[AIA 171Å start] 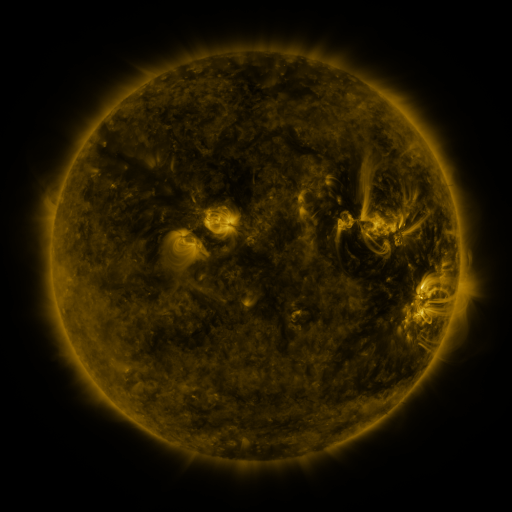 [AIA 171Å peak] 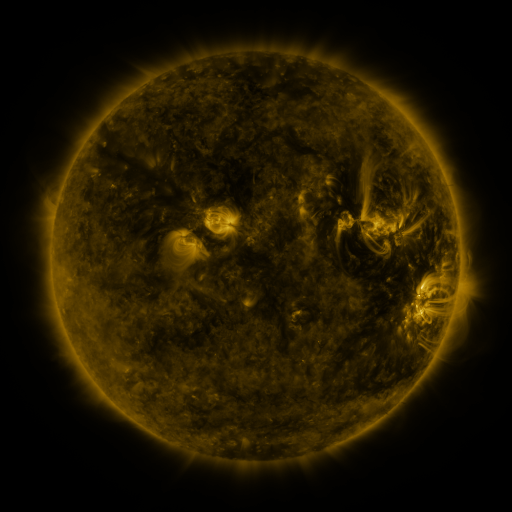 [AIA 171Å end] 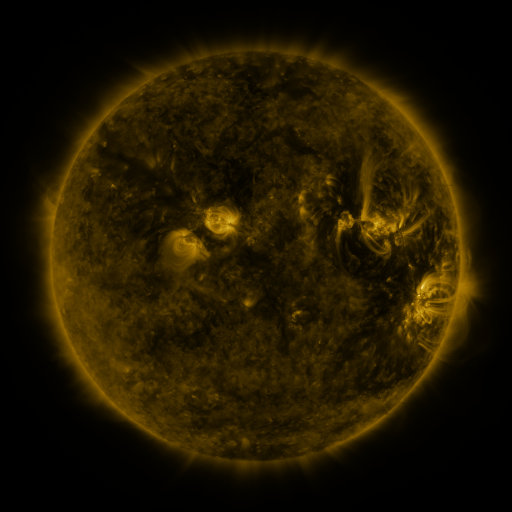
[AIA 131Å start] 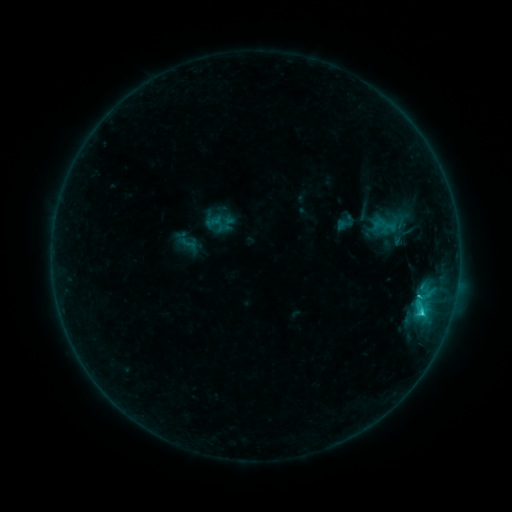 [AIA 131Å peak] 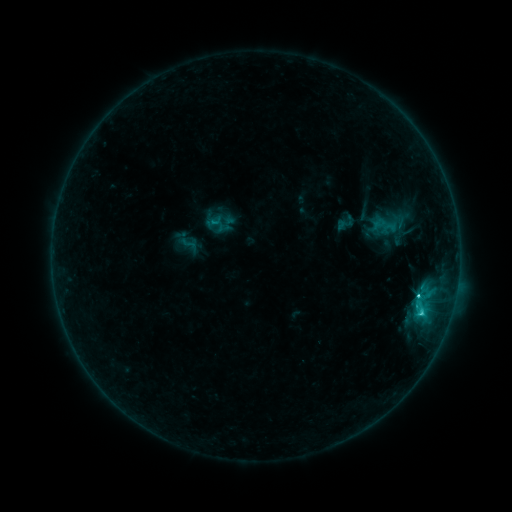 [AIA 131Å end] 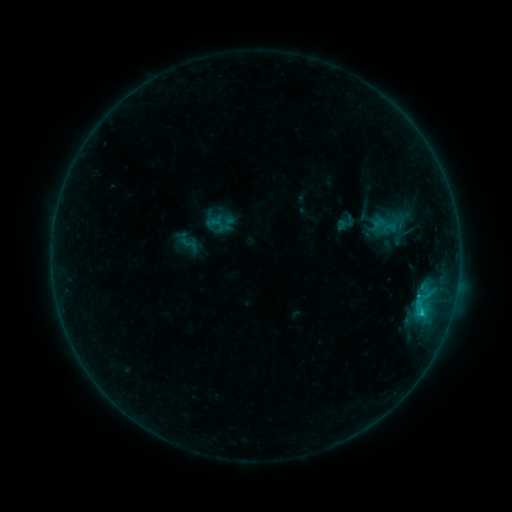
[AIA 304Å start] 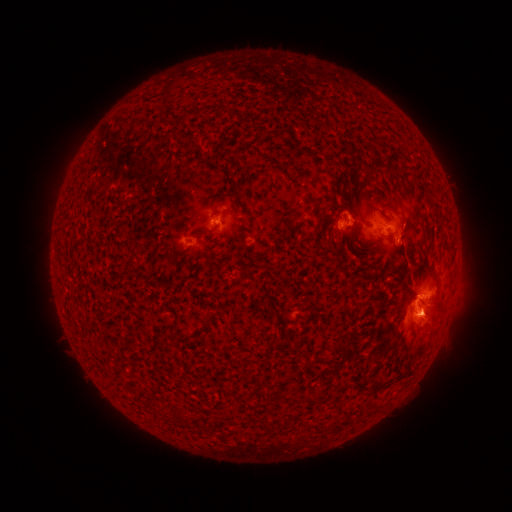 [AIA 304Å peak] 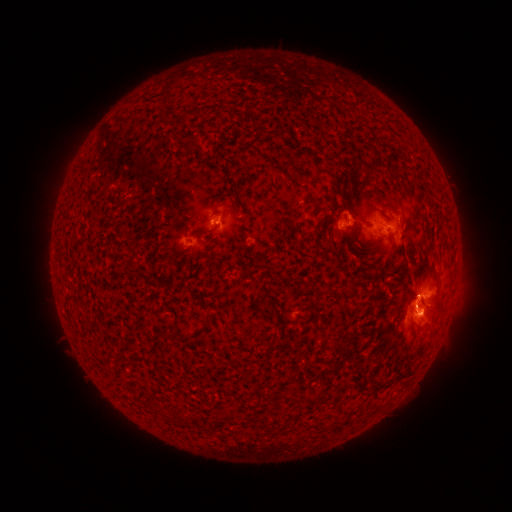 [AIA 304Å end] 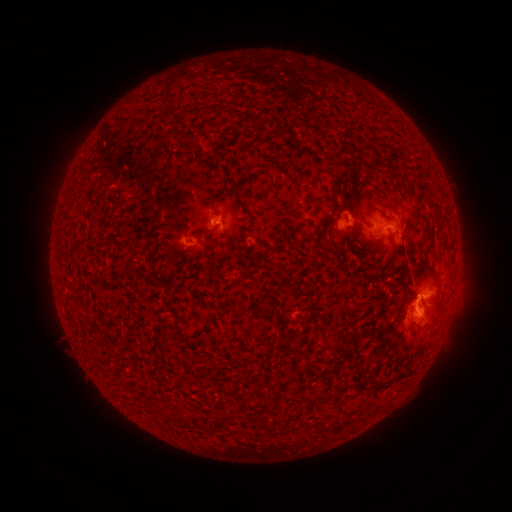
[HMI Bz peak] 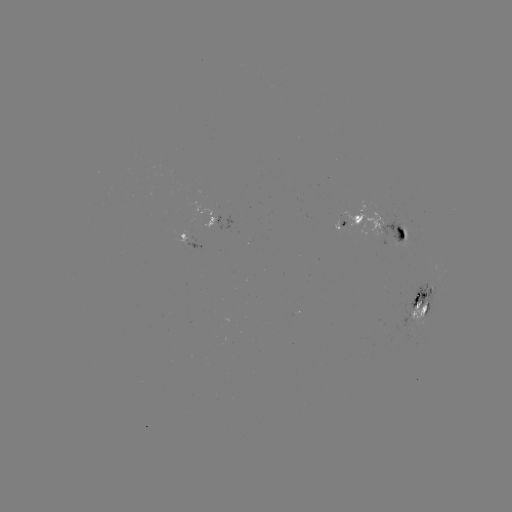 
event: flare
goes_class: C2.7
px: (415, 296)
